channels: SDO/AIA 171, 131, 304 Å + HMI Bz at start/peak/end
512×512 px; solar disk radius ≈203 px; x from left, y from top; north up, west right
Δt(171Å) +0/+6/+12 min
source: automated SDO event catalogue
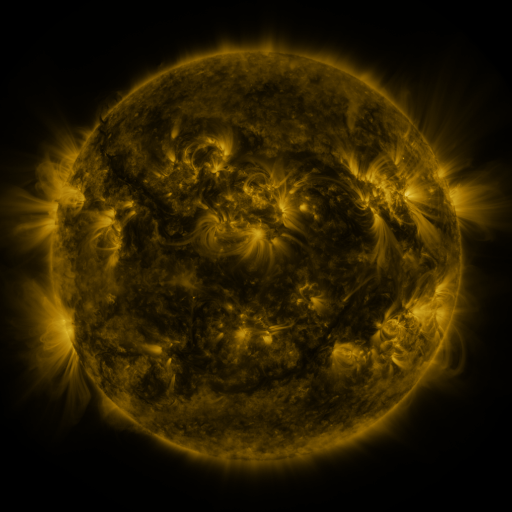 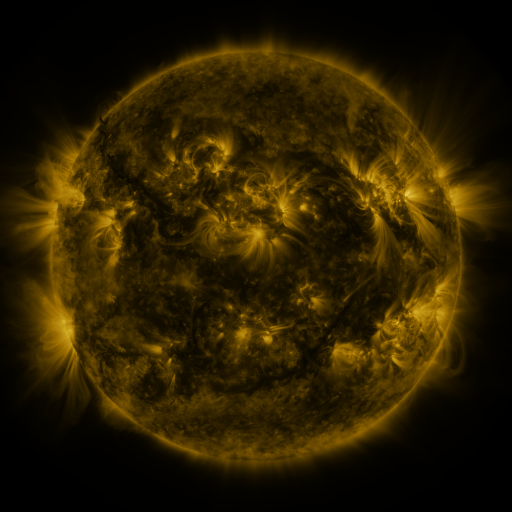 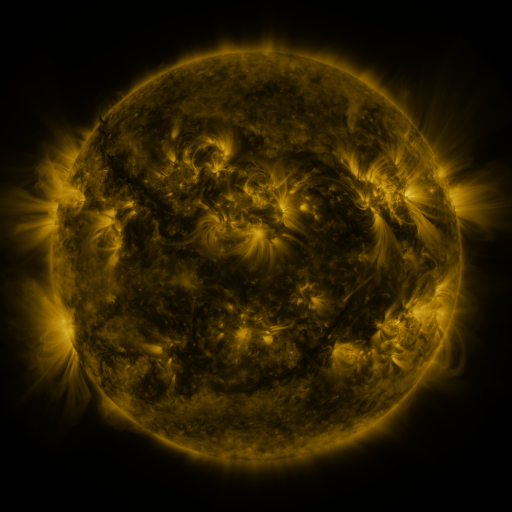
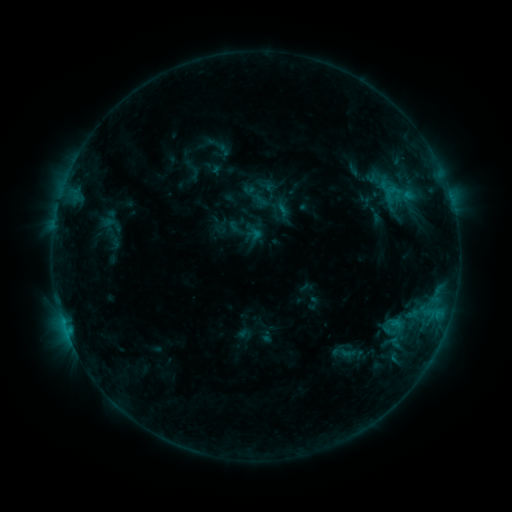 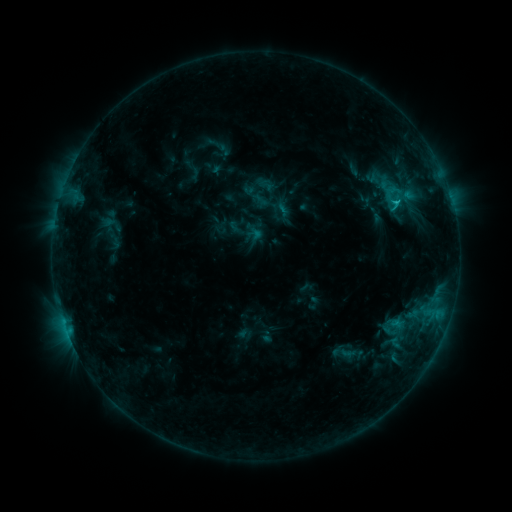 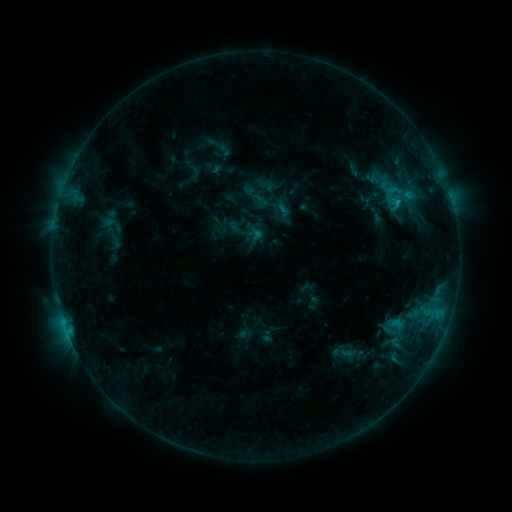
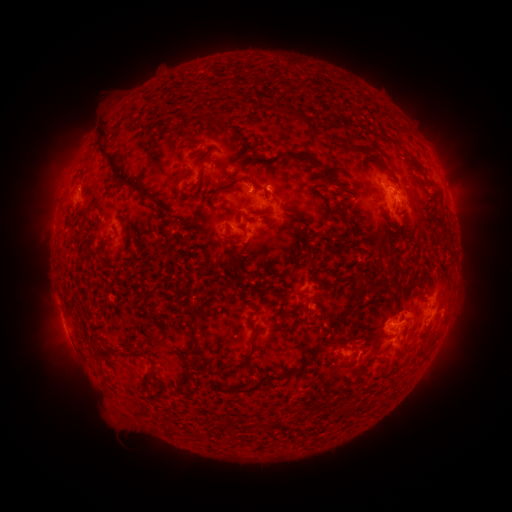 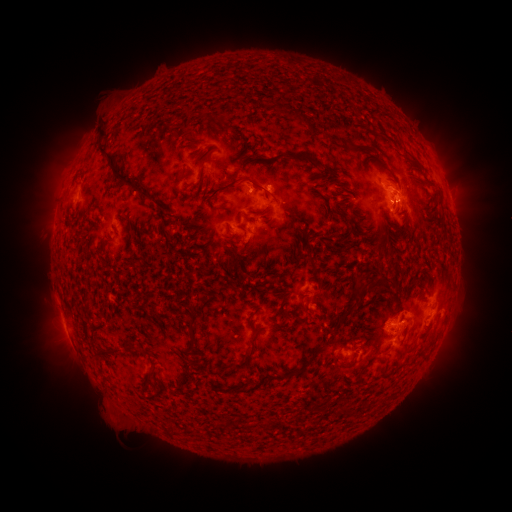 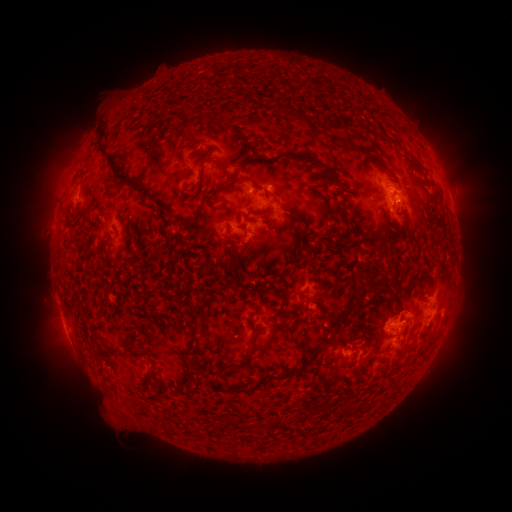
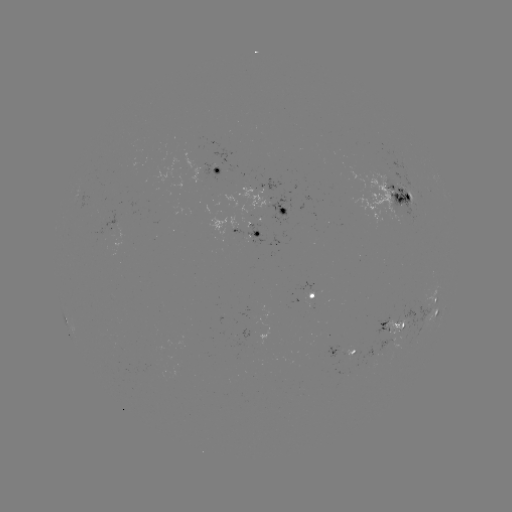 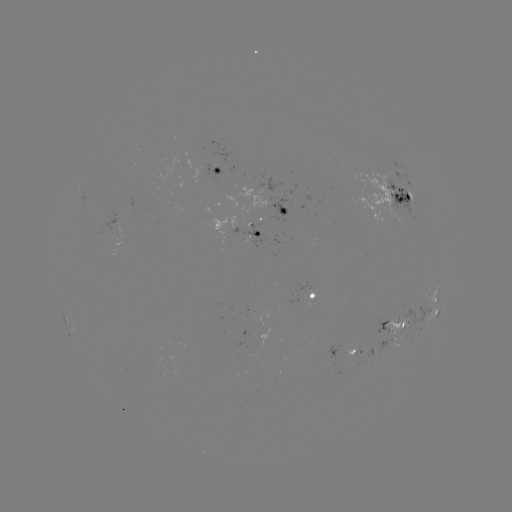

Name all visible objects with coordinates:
C1.3 flare: (386, 323)
